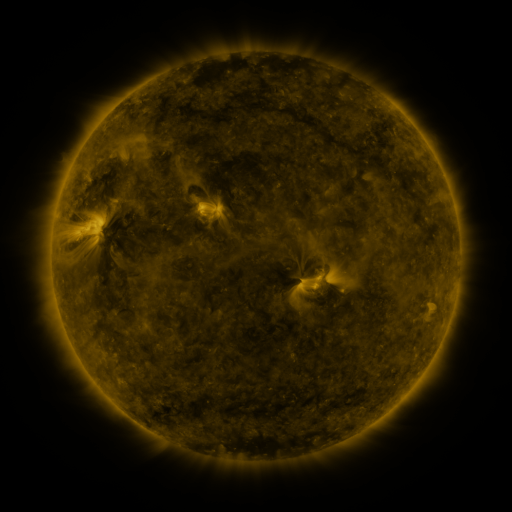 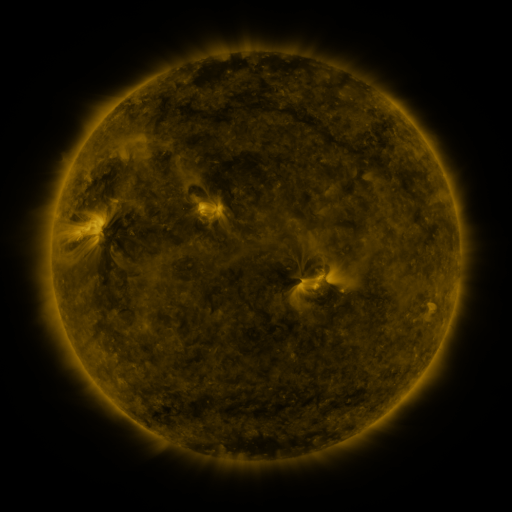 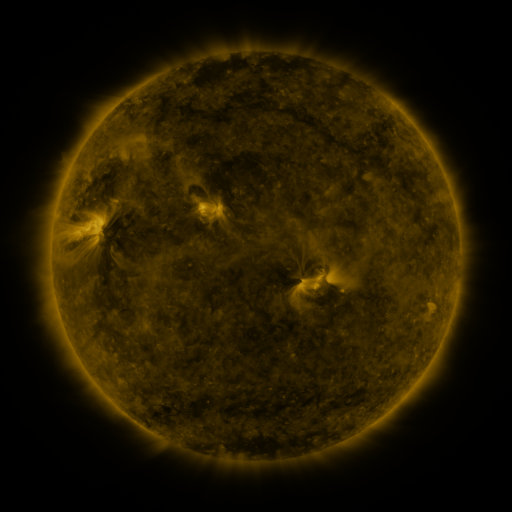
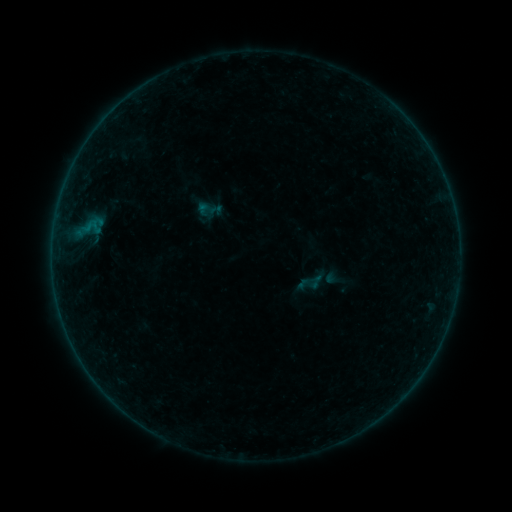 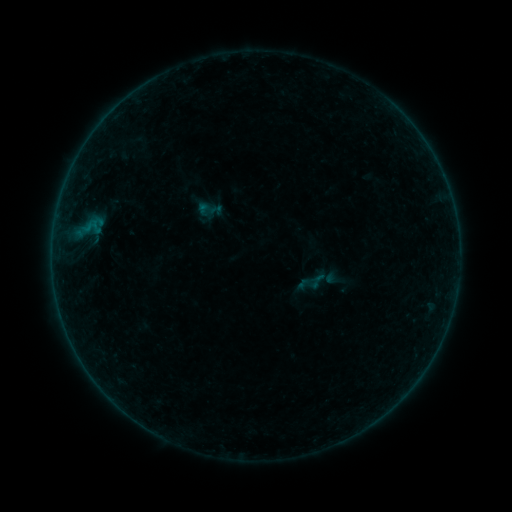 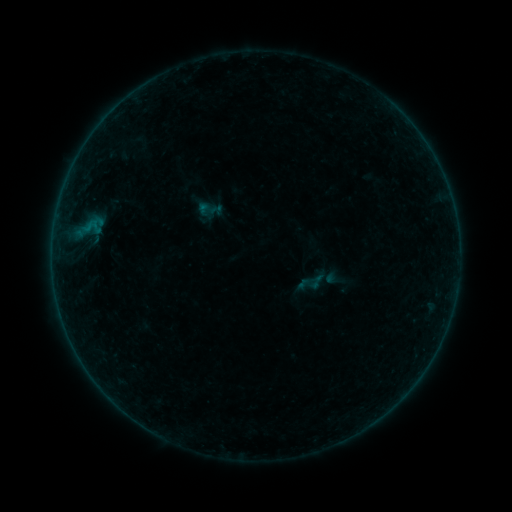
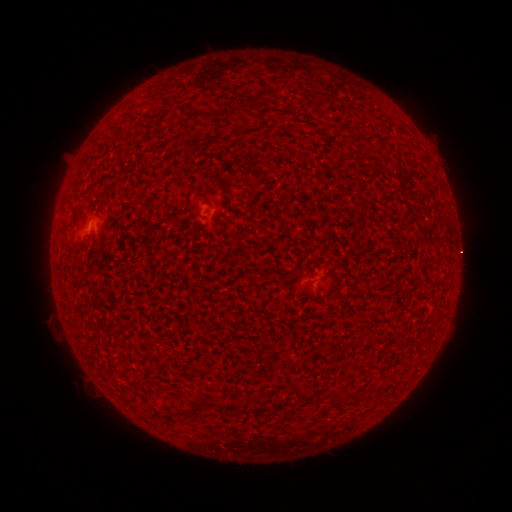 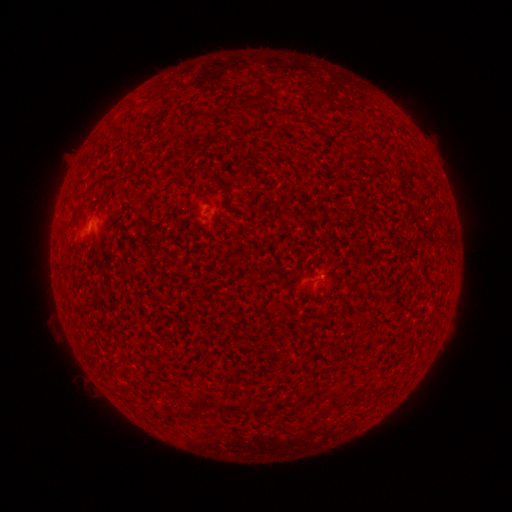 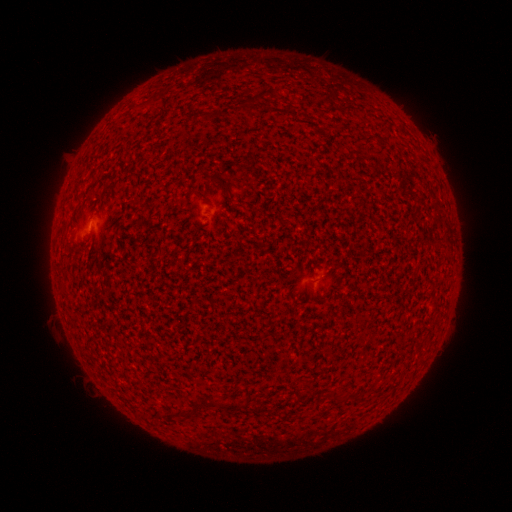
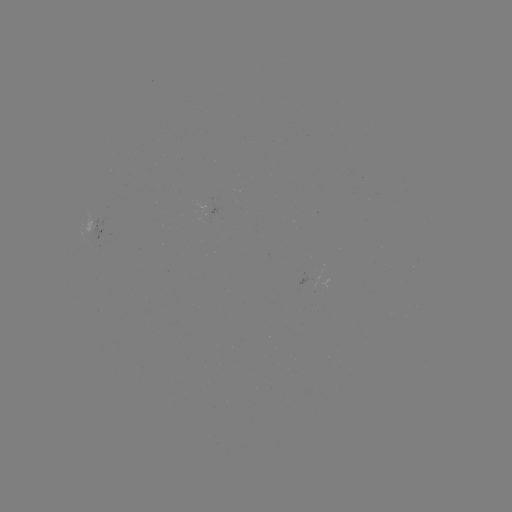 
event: flare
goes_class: A1.1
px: (321, 277)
